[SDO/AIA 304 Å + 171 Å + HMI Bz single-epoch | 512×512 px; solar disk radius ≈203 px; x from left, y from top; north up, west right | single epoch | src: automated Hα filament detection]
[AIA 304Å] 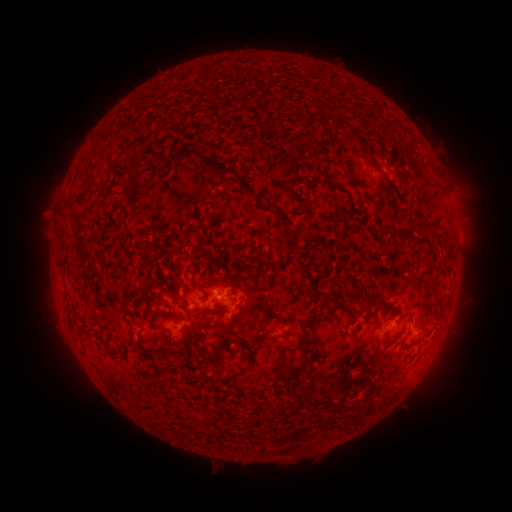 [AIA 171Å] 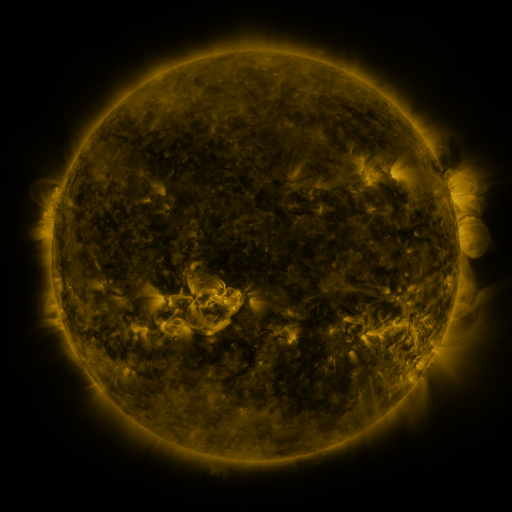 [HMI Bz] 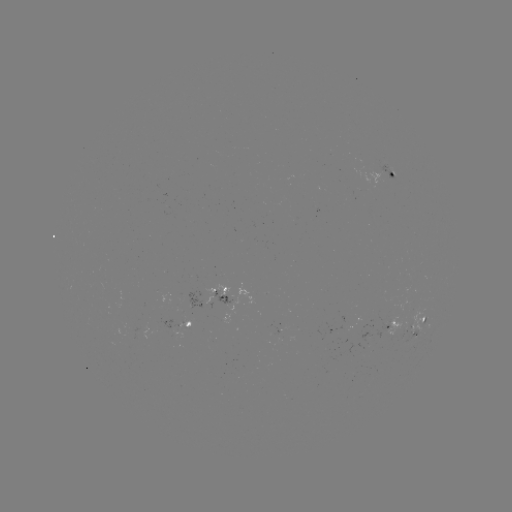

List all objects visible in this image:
filament: (354, 138)
filament: (346, 167)
filament: (222, 170)
filament: (278, 219)
filament: (435, 223)
filament: (180, 288)
filament: (372, 300)
filament: (154, 319)
filament: (304, 335)
filament: (245, 344)
filament: (219, 350)
filament: (126, 353)
filament: (296, 368)
filament: (318, 402)
